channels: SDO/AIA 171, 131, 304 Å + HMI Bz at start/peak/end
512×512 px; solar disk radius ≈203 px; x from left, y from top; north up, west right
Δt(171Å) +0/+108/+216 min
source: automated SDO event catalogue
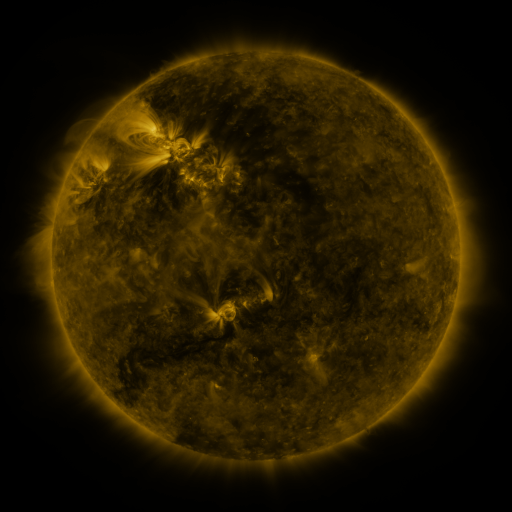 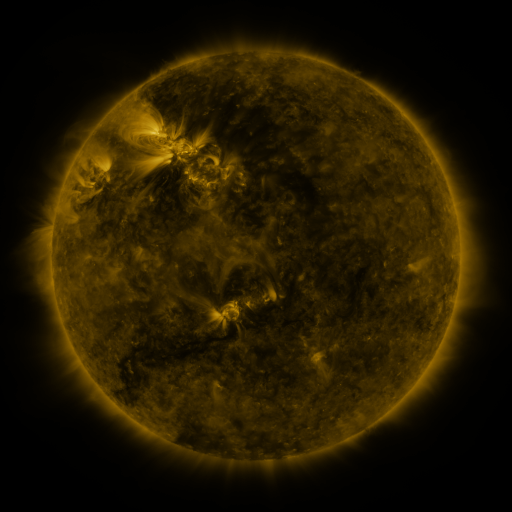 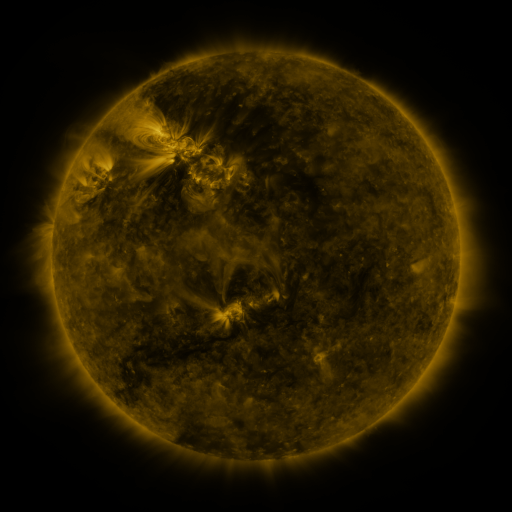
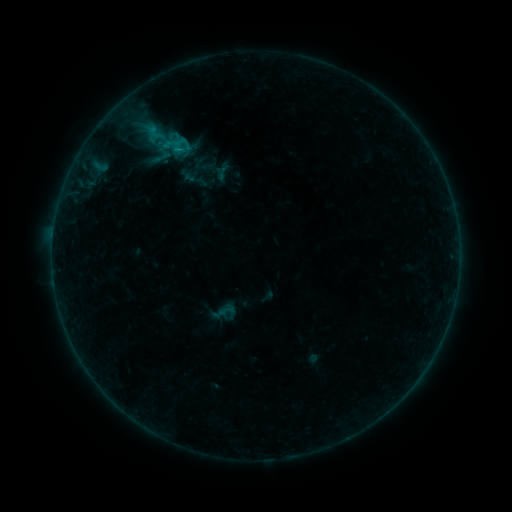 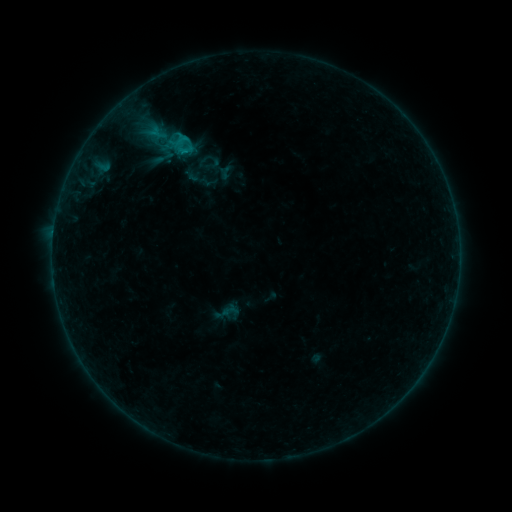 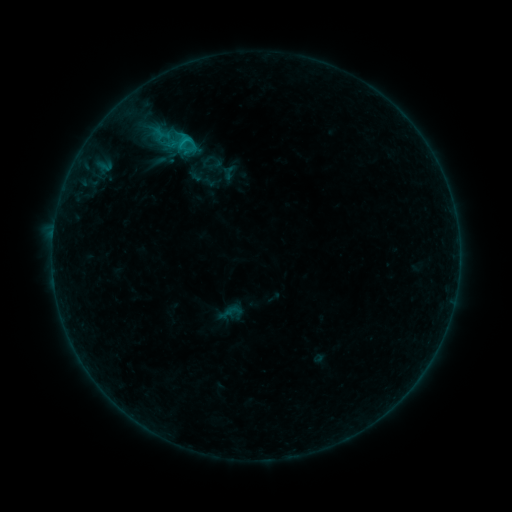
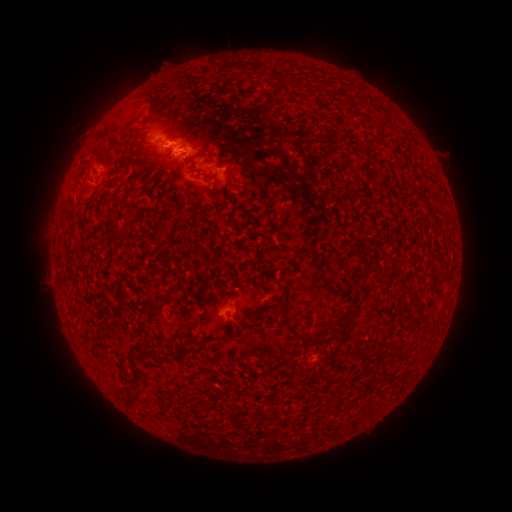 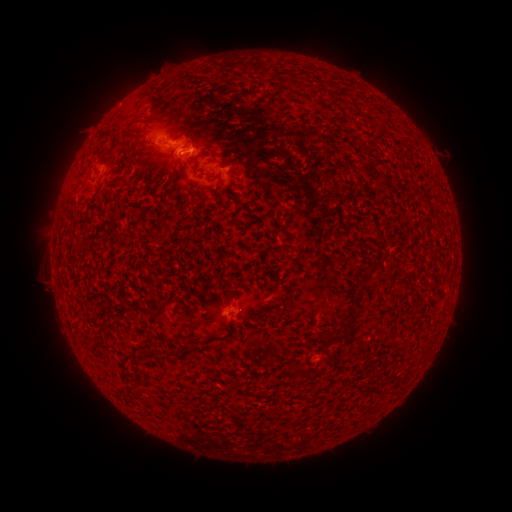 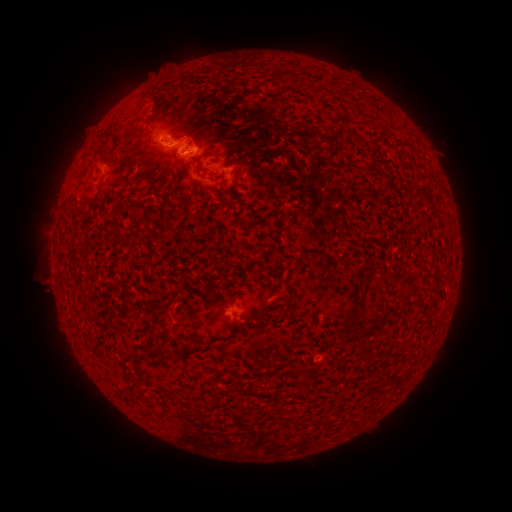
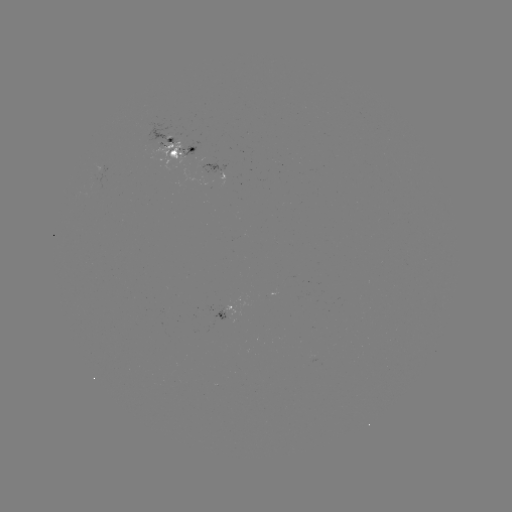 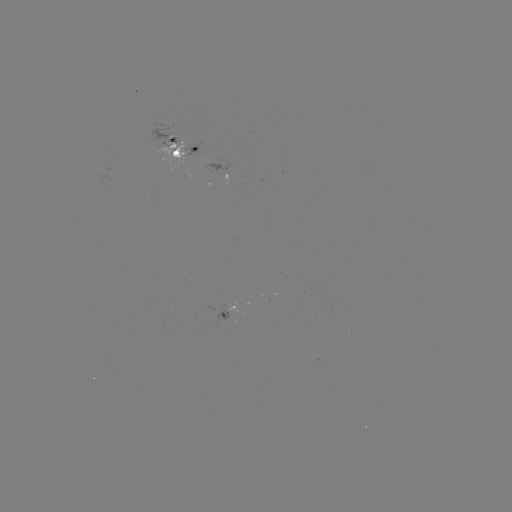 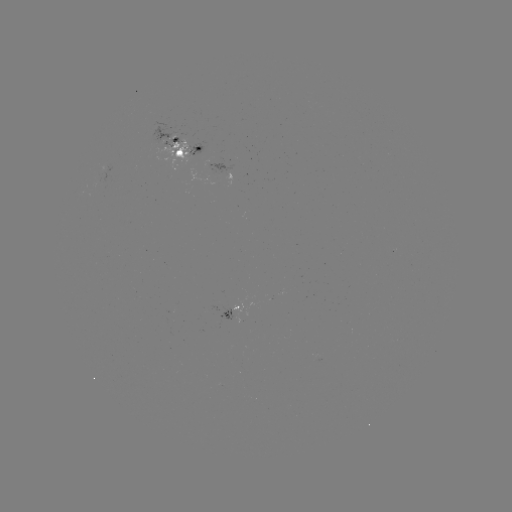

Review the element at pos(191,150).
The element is emerging-flux region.